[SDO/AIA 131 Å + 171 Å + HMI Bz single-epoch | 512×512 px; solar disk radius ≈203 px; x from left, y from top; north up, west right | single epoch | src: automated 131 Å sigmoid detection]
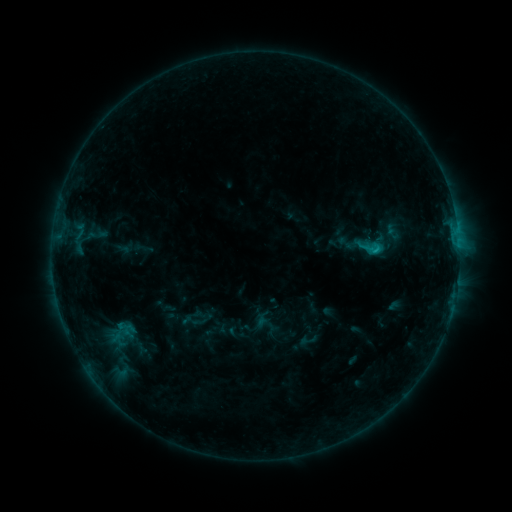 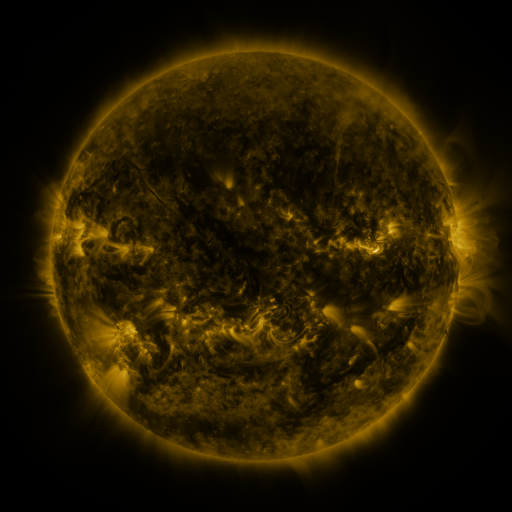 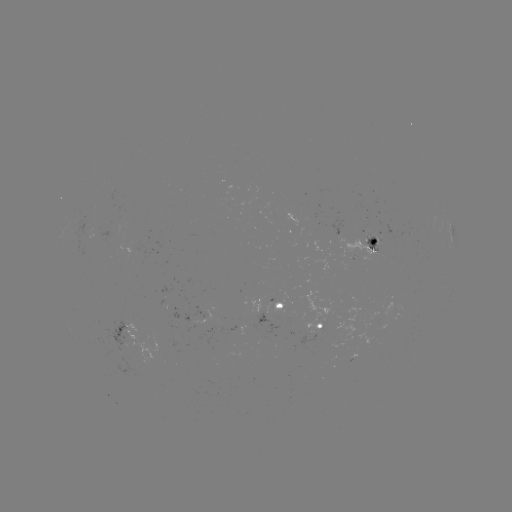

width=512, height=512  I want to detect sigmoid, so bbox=[363, 239, 385, 259].